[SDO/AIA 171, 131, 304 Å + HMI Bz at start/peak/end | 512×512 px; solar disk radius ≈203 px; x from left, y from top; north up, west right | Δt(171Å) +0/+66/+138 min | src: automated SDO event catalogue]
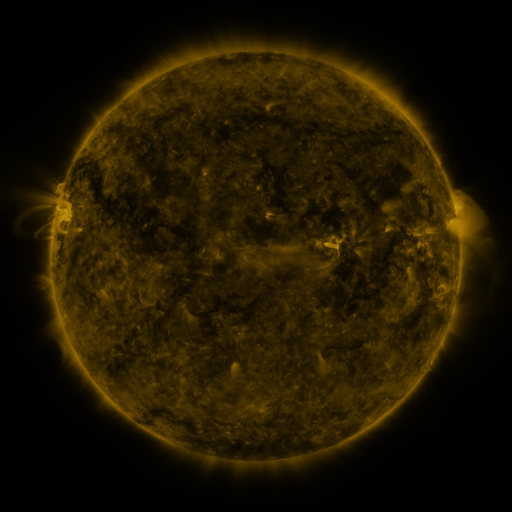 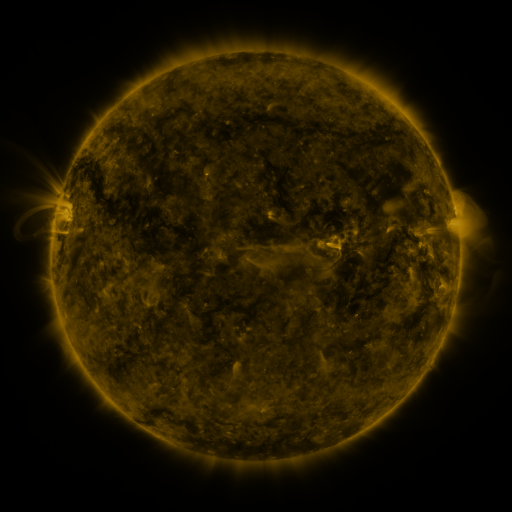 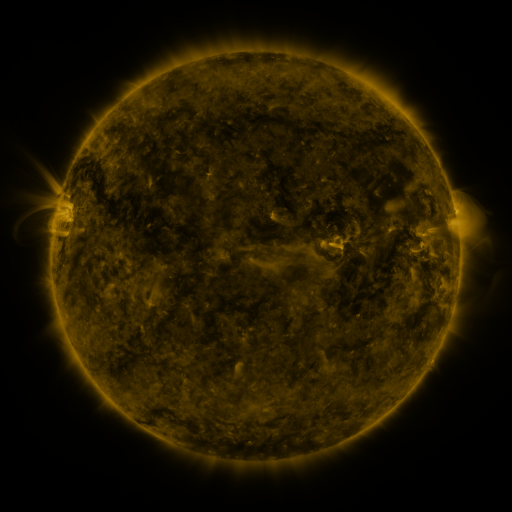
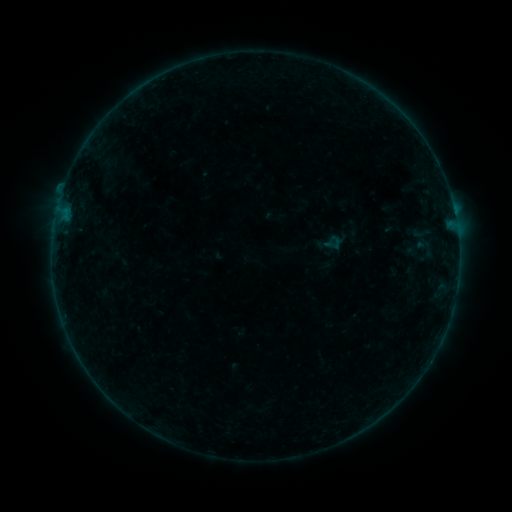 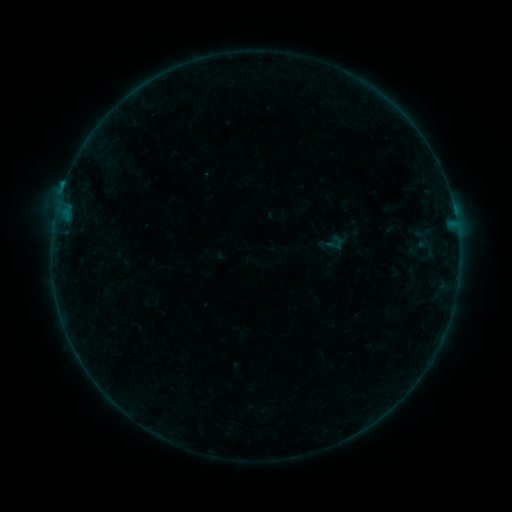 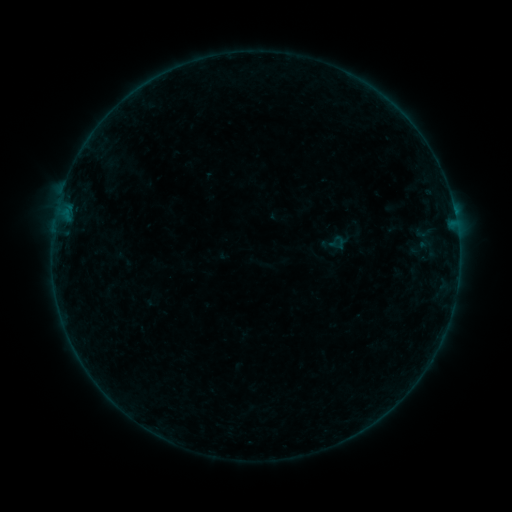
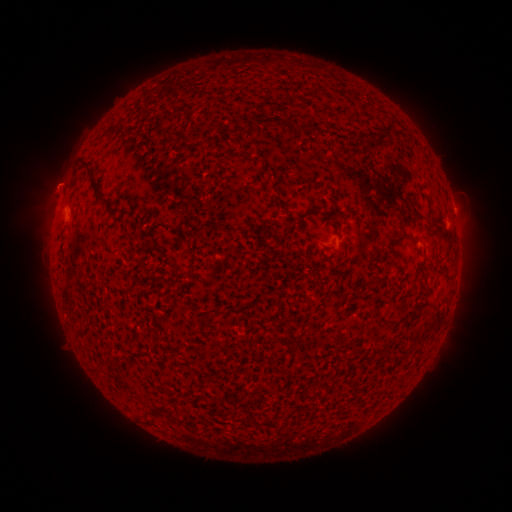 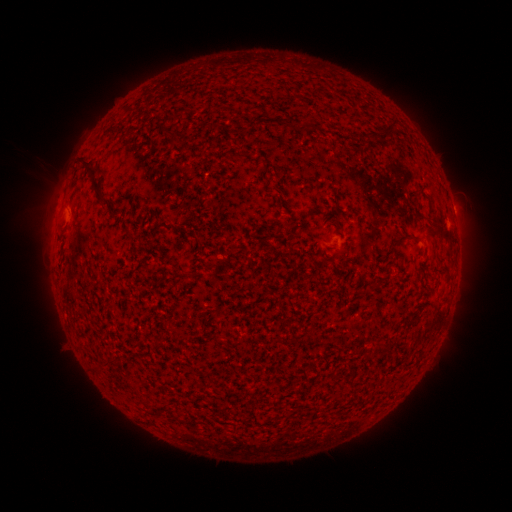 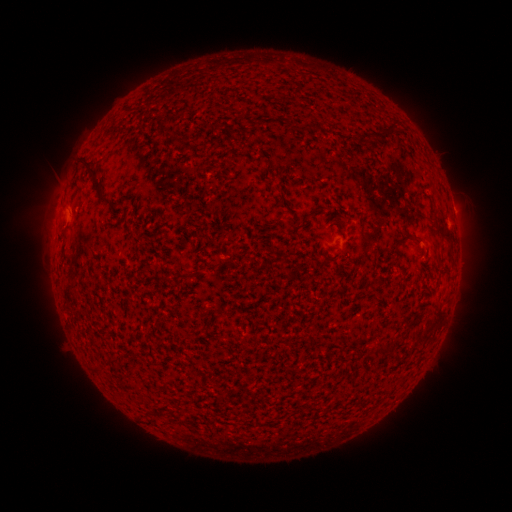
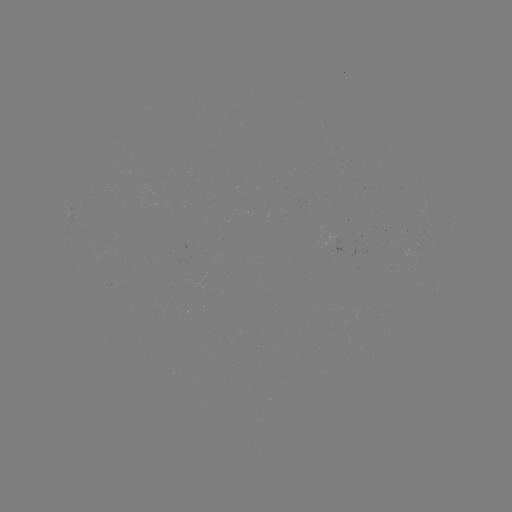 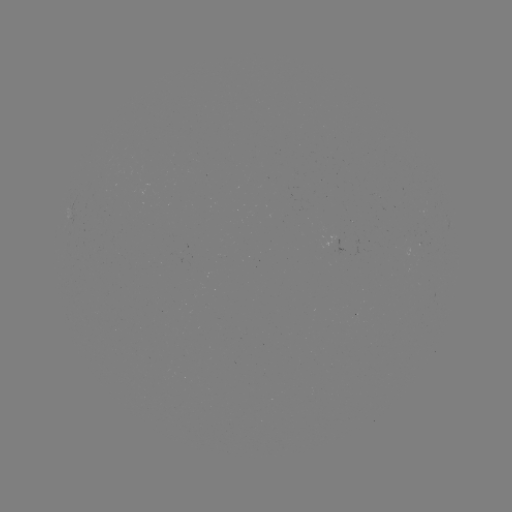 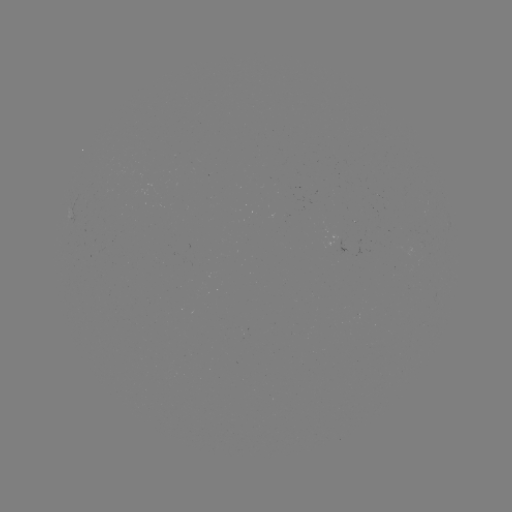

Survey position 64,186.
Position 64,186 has B4.4 flare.